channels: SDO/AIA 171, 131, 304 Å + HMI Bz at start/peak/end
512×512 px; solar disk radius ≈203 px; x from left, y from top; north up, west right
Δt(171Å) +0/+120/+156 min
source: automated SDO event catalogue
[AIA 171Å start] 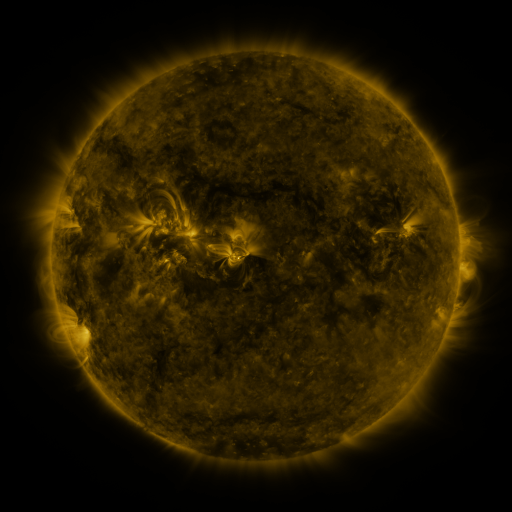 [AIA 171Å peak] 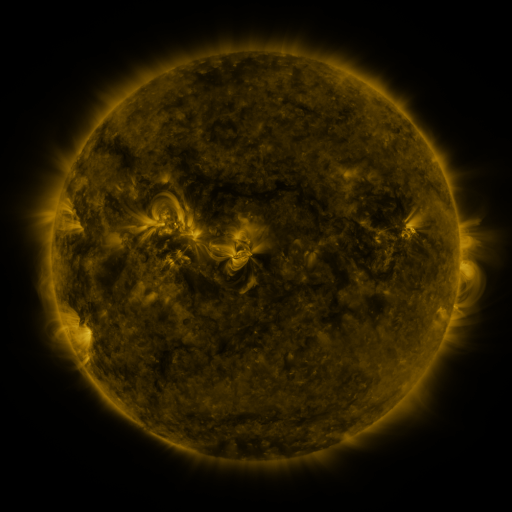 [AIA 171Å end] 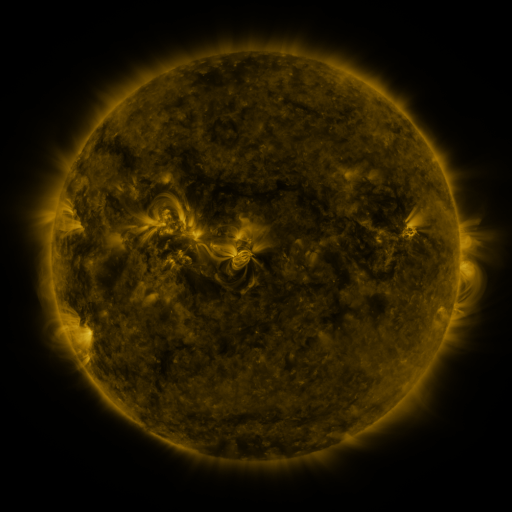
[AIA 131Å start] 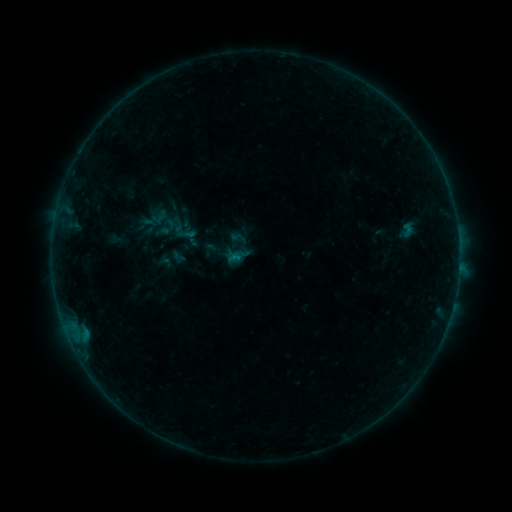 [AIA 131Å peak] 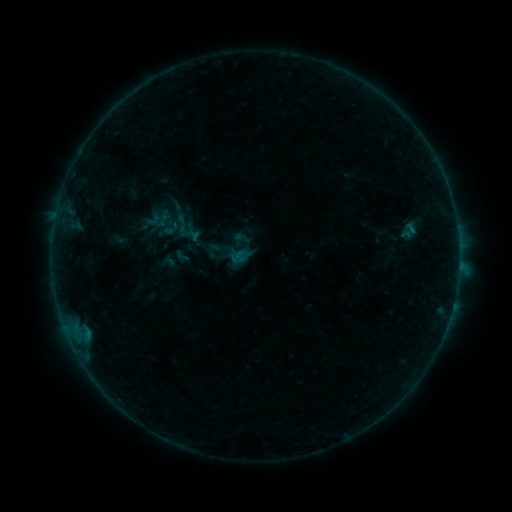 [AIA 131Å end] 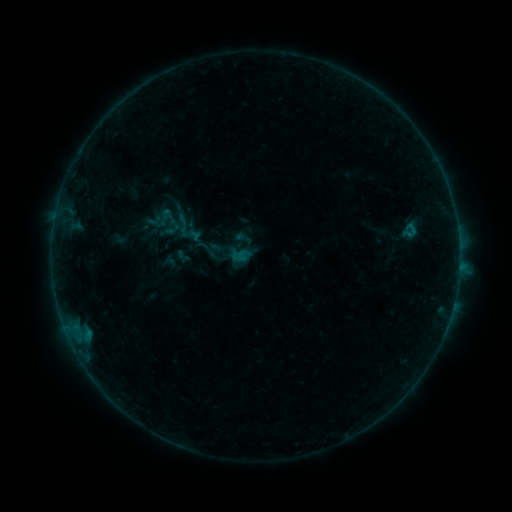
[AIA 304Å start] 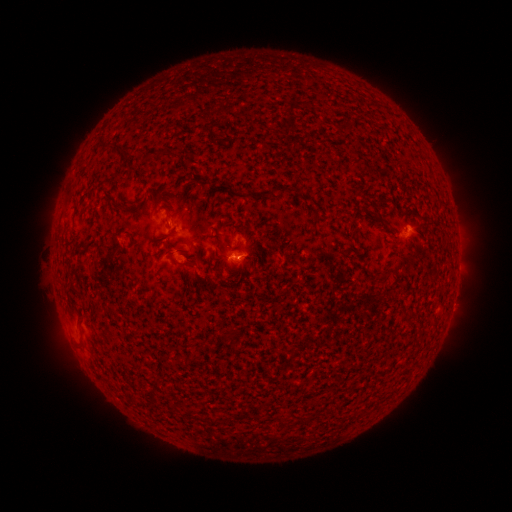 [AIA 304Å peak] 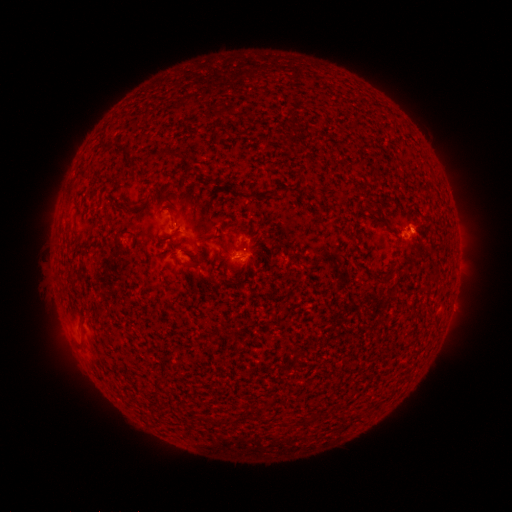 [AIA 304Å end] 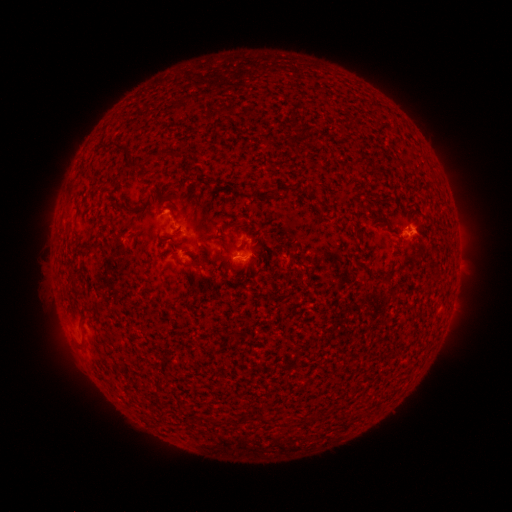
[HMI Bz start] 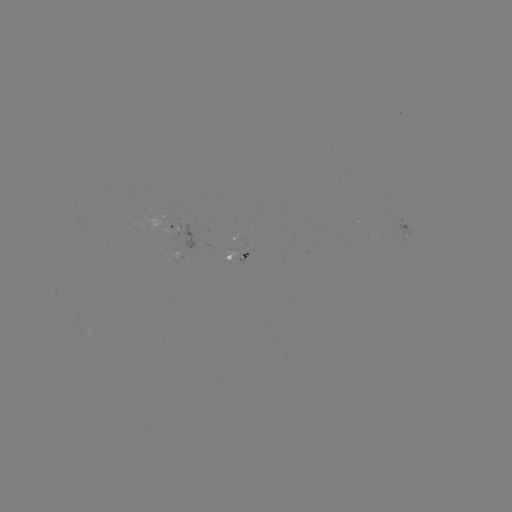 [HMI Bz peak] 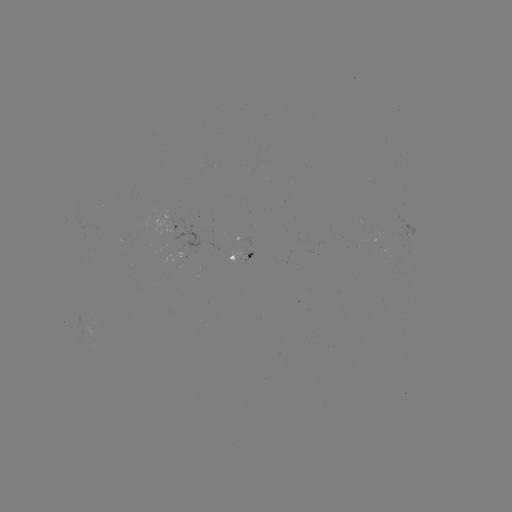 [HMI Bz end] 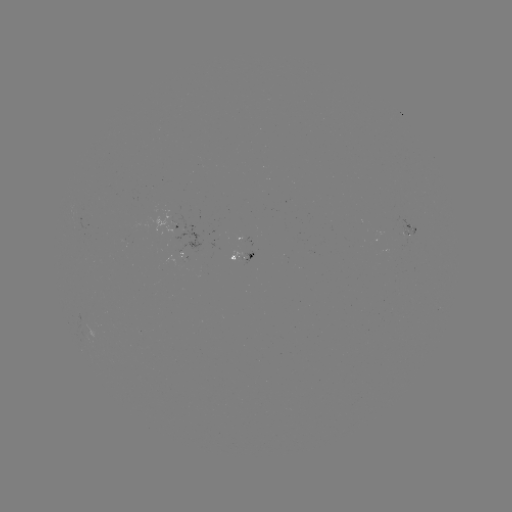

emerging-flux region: [396, 218, 417, 243]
